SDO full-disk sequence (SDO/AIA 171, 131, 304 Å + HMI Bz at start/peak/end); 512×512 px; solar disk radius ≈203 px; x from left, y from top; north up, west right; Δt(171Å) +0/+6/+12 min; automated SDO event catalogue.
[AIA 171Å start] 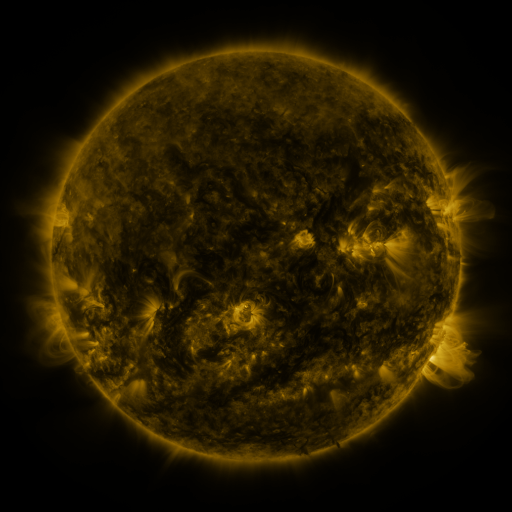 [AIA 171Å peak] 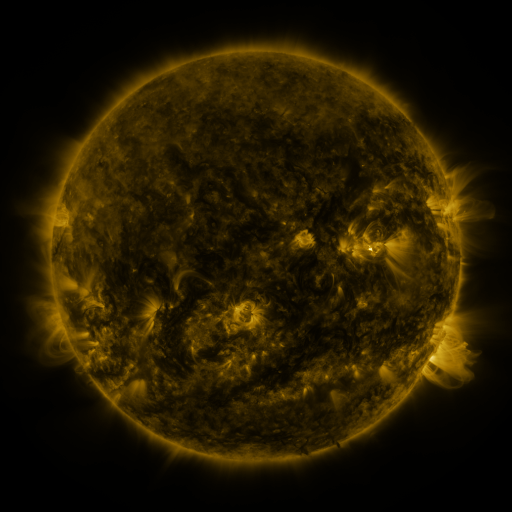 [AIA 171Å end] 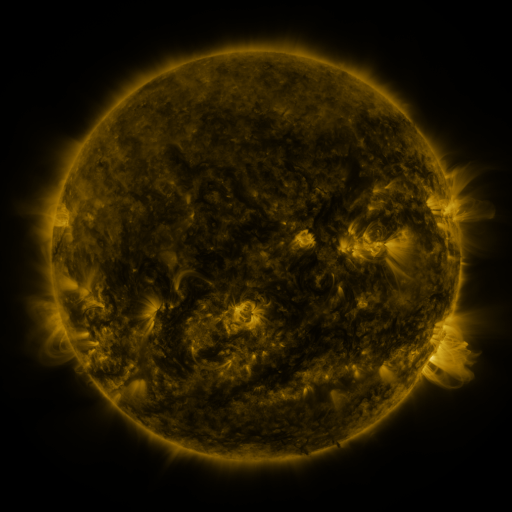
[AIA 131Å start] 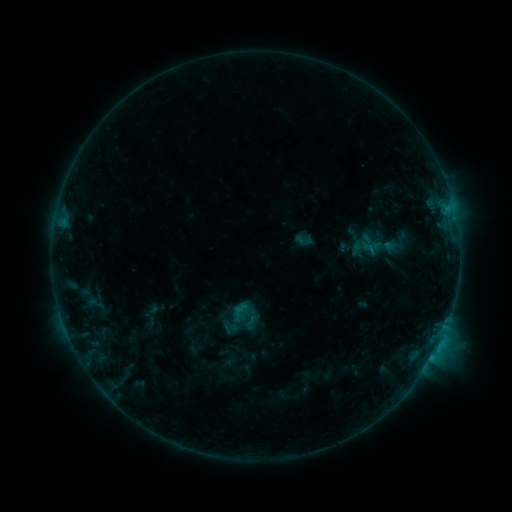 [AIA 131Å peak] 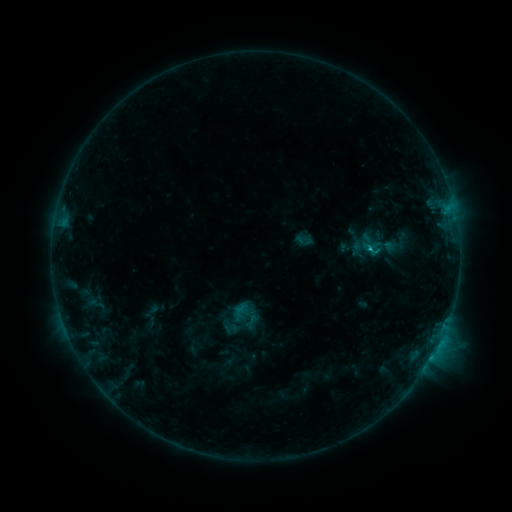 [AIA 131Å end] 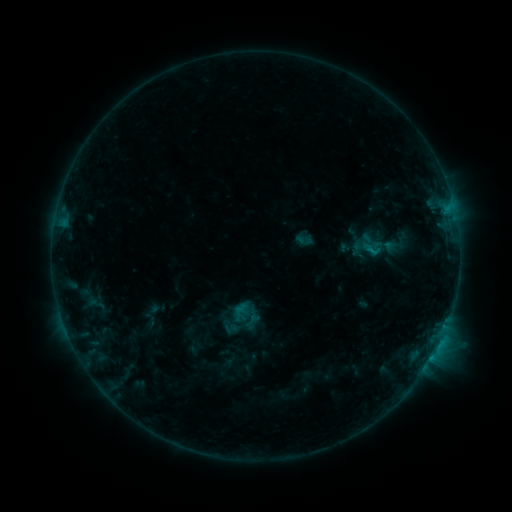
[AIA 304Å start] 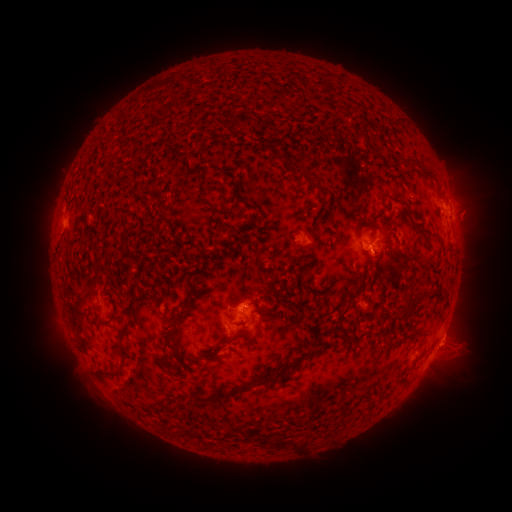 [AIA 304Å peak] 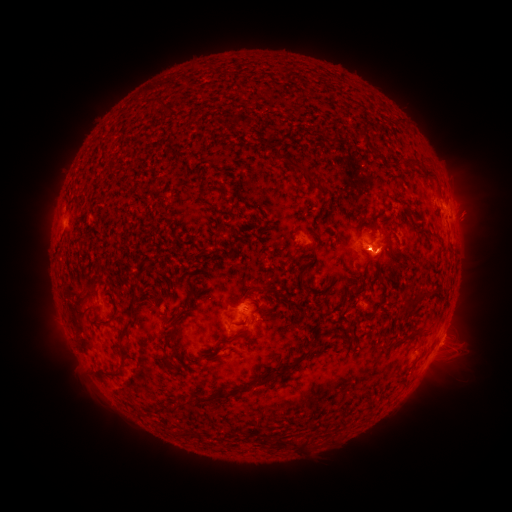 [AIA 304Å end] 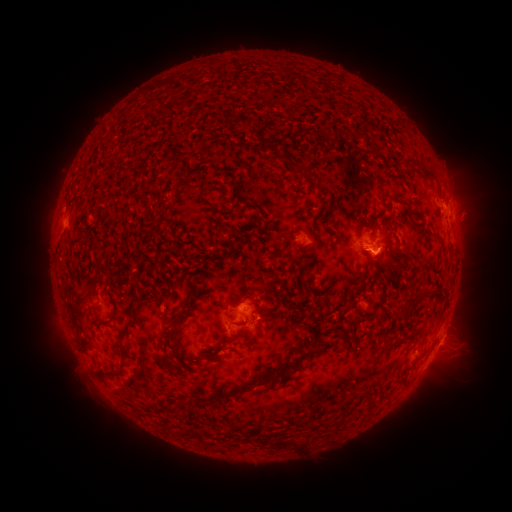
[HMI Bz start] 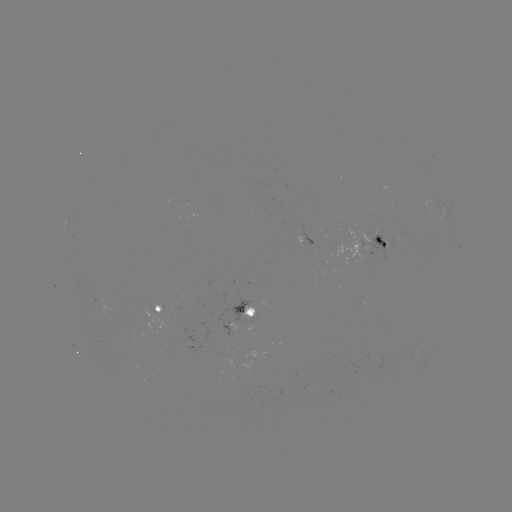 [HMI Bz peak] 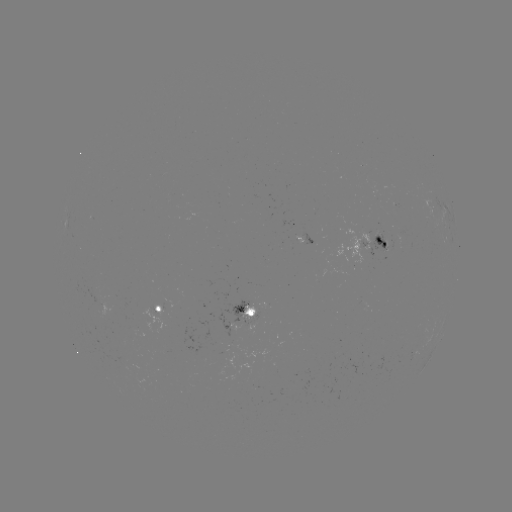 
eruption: <bbox>349, 238, 413, 285</bbox>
